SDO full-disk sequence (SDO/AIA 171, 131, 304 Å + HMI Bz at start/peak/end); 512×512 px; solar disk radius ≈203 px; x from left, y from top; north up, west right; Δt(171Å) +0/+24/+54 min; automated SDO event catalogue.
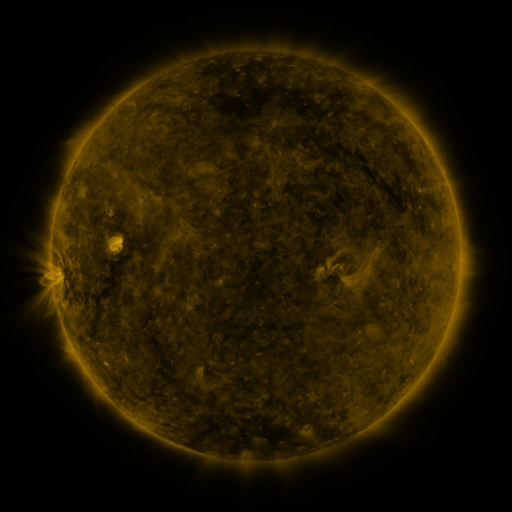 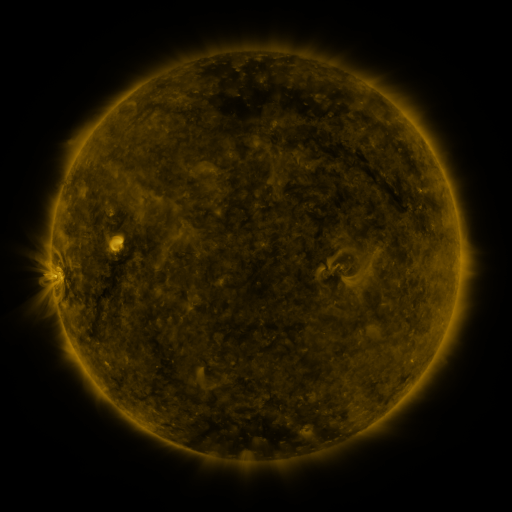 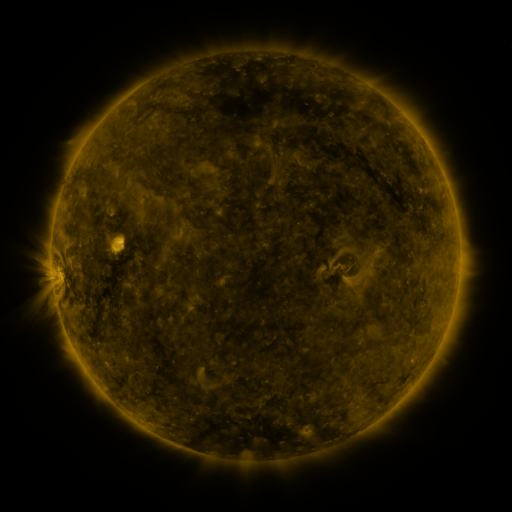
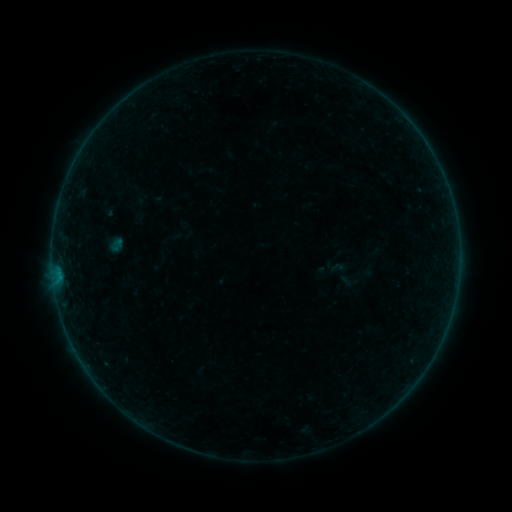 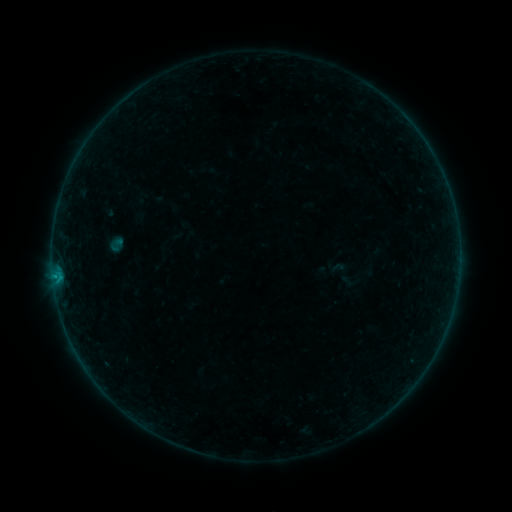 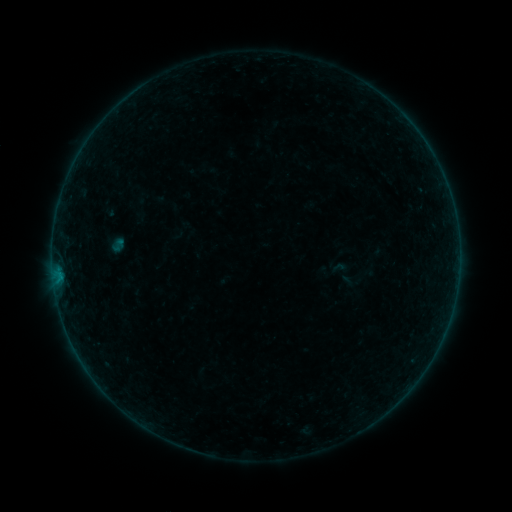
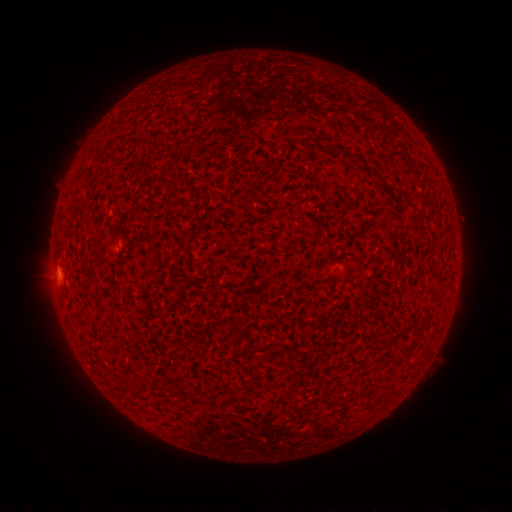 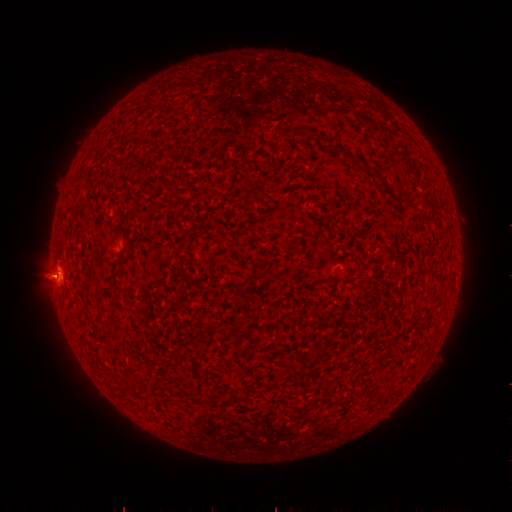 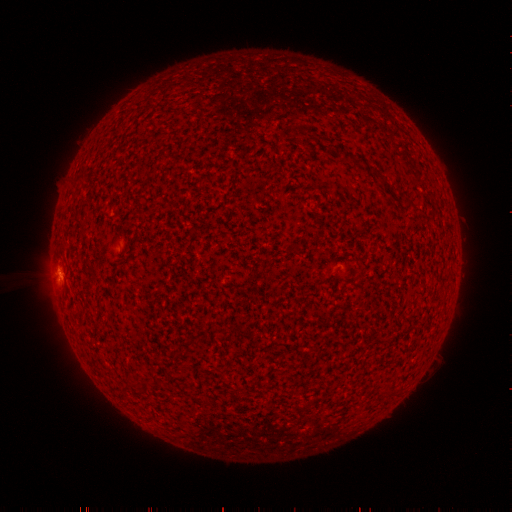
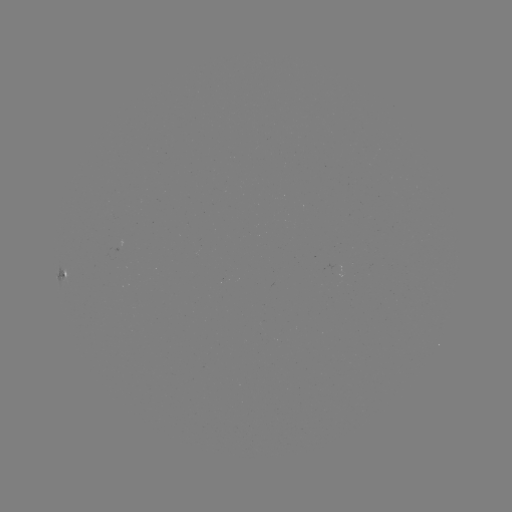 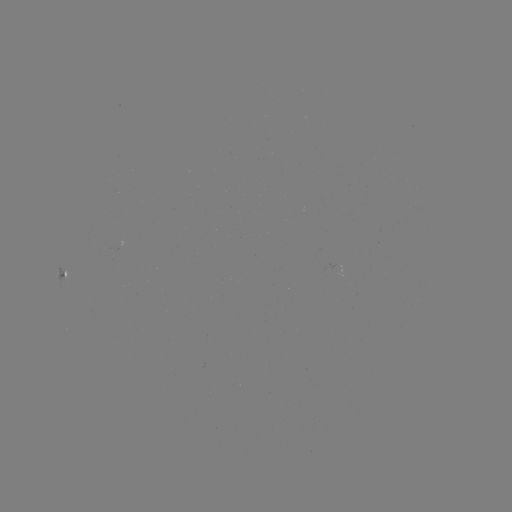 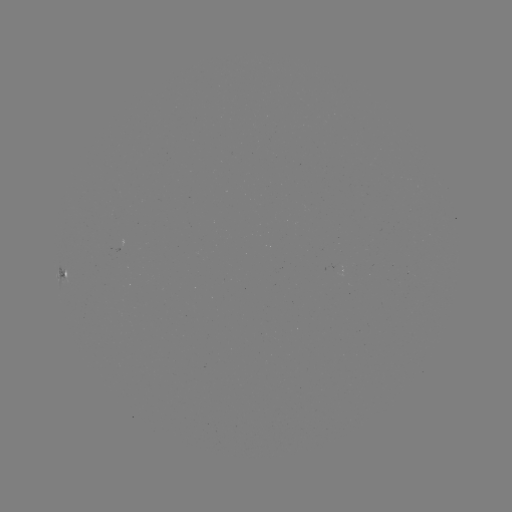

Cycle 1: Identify B3.4 flare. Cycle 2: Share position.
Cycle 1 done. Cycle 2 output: (59, 279).